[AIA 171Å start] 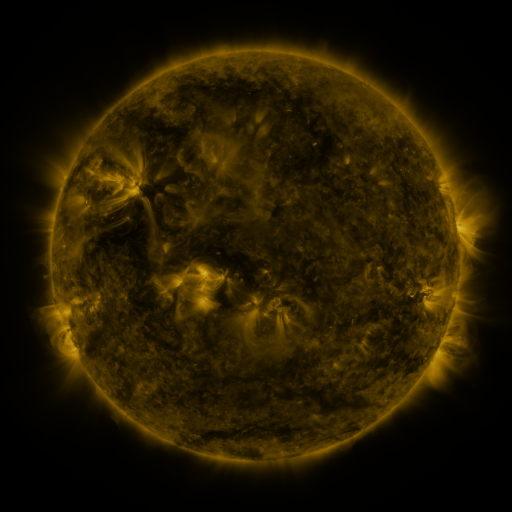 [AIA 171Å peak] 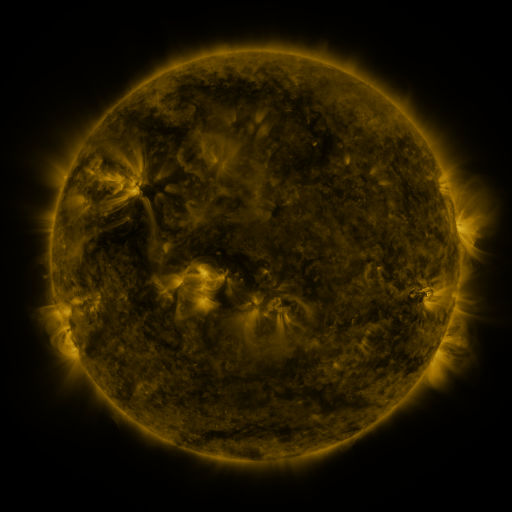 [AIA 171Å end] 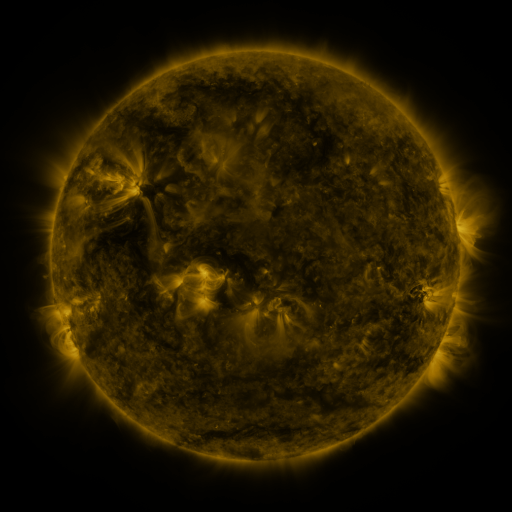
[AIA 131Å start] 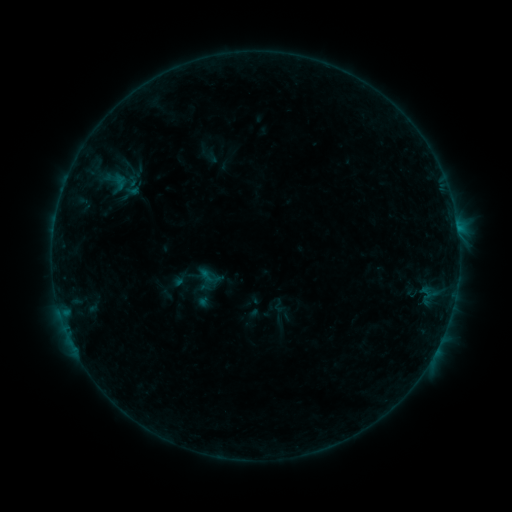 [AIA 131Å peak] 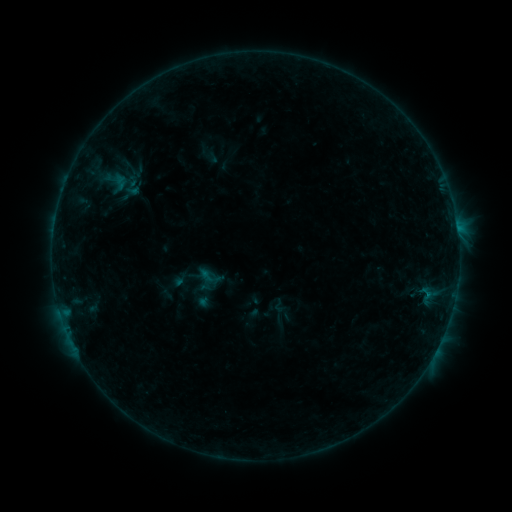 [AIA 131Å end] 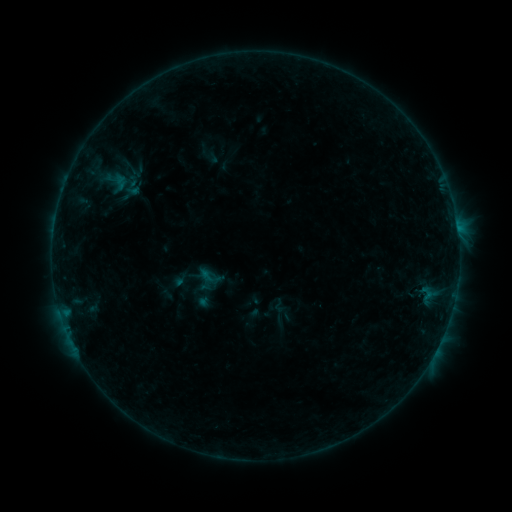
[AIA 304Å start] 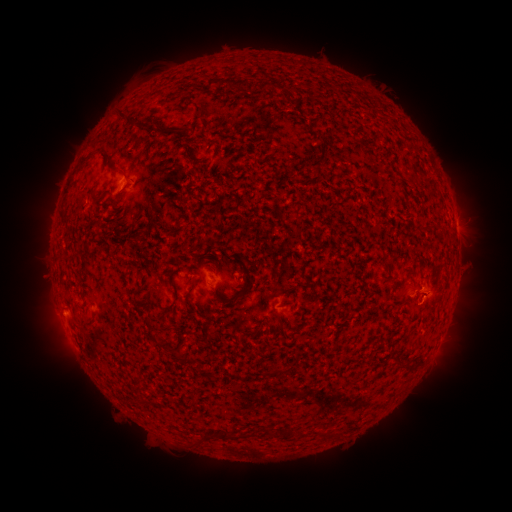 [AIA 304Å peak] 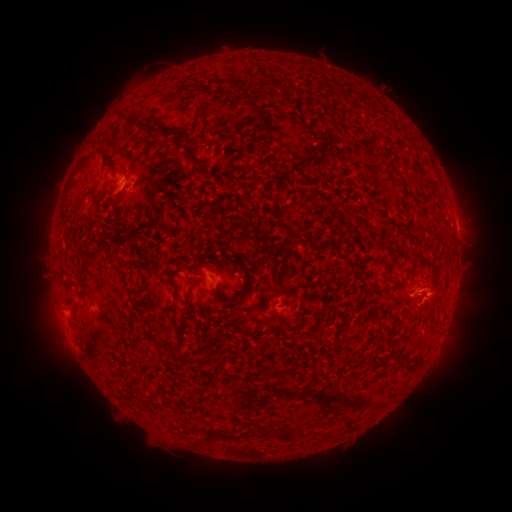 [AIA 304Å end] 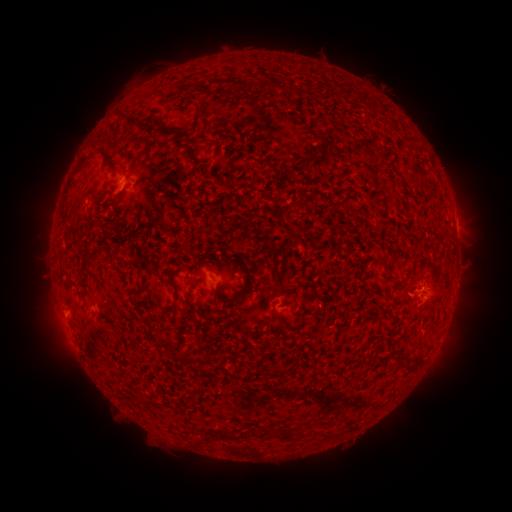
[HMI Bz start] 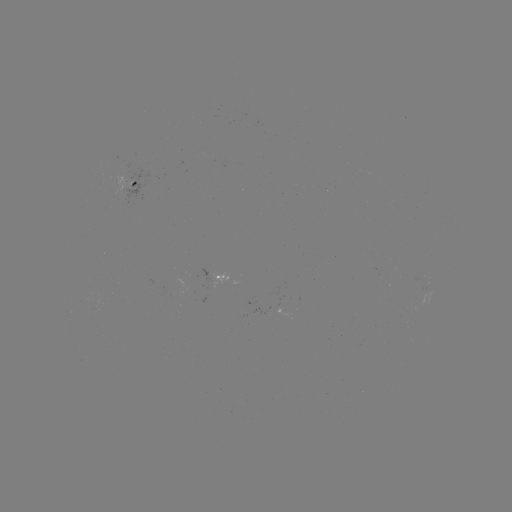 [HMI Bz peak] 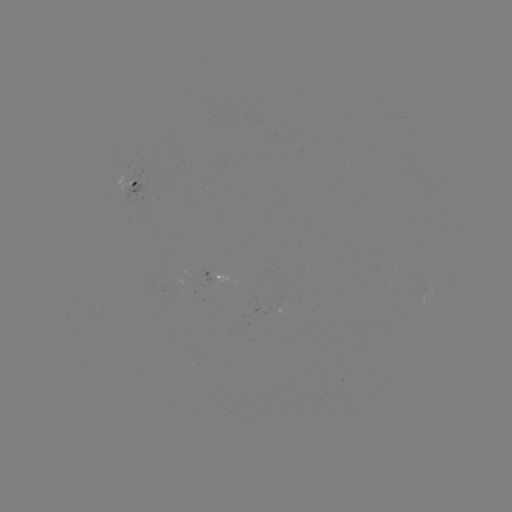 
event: eruption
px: (432, 282)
